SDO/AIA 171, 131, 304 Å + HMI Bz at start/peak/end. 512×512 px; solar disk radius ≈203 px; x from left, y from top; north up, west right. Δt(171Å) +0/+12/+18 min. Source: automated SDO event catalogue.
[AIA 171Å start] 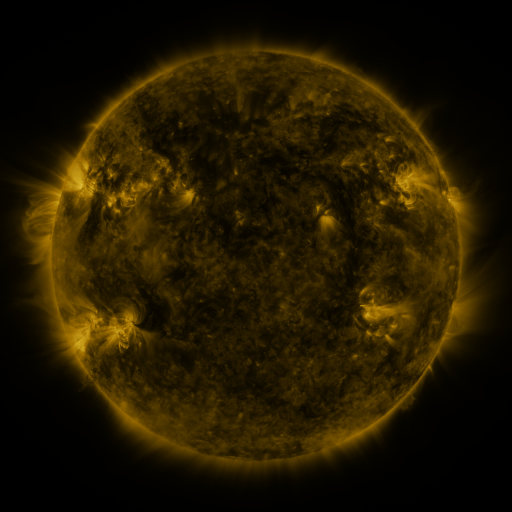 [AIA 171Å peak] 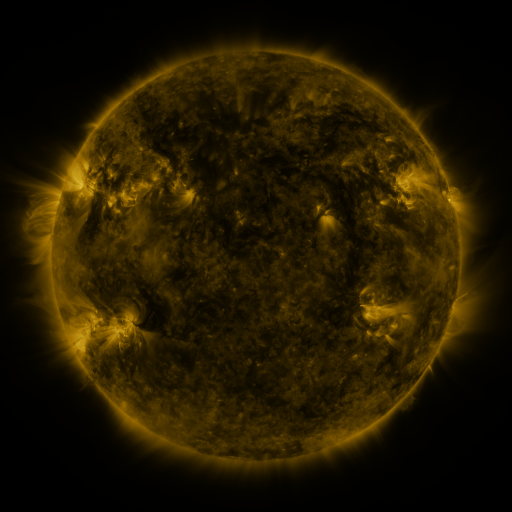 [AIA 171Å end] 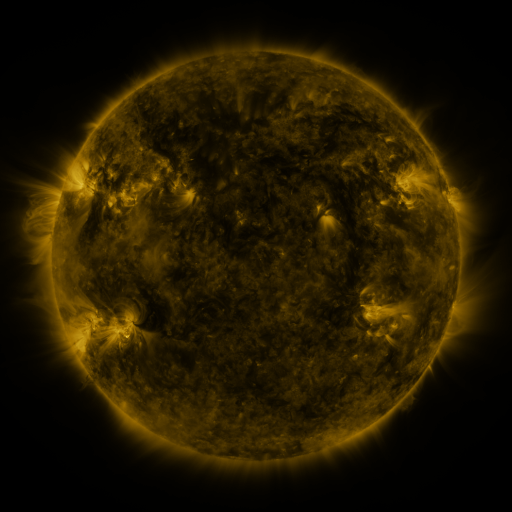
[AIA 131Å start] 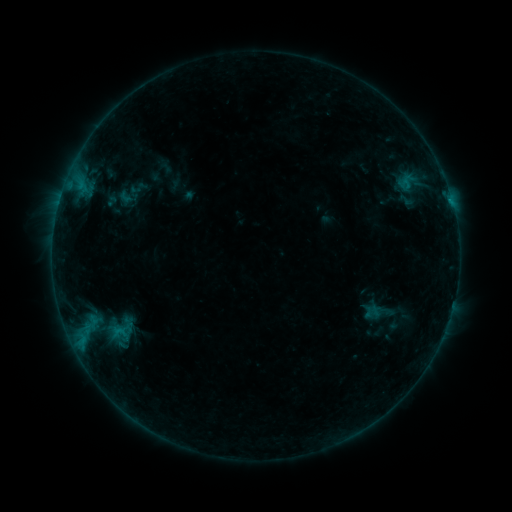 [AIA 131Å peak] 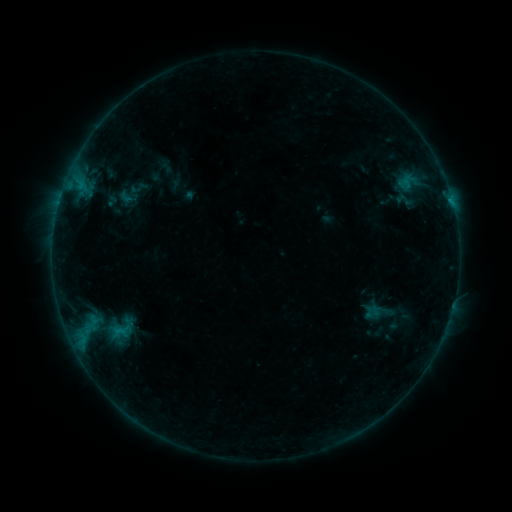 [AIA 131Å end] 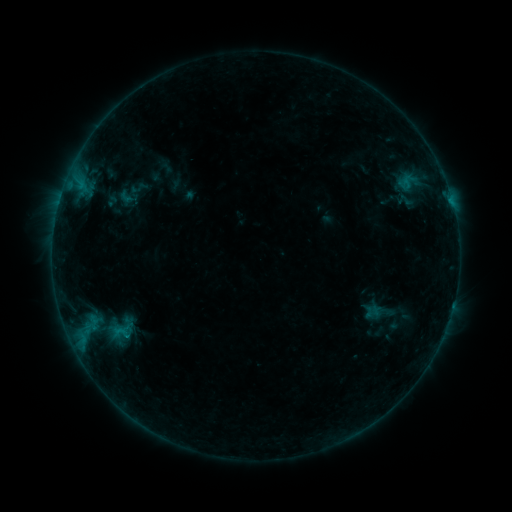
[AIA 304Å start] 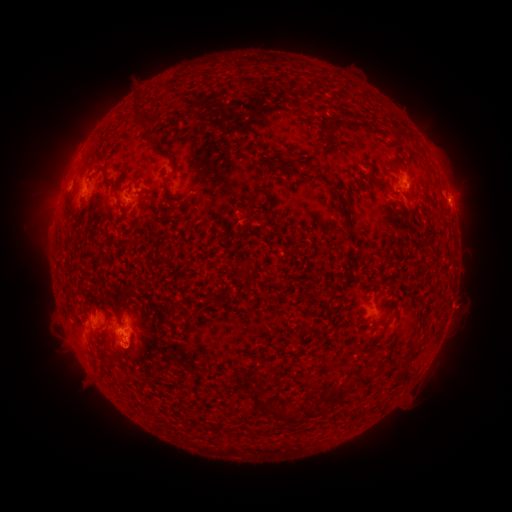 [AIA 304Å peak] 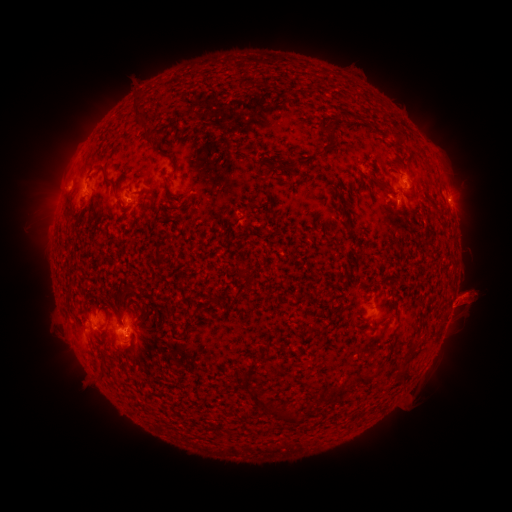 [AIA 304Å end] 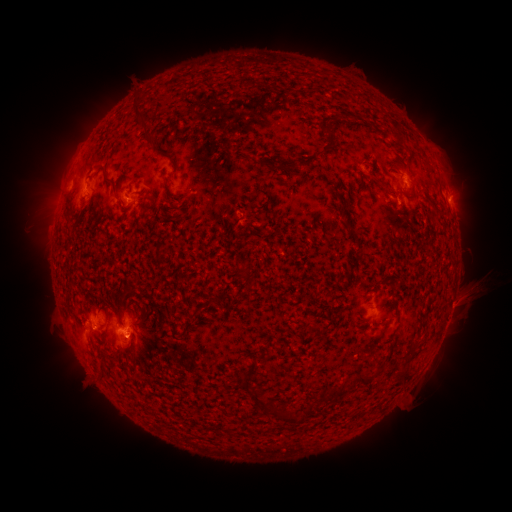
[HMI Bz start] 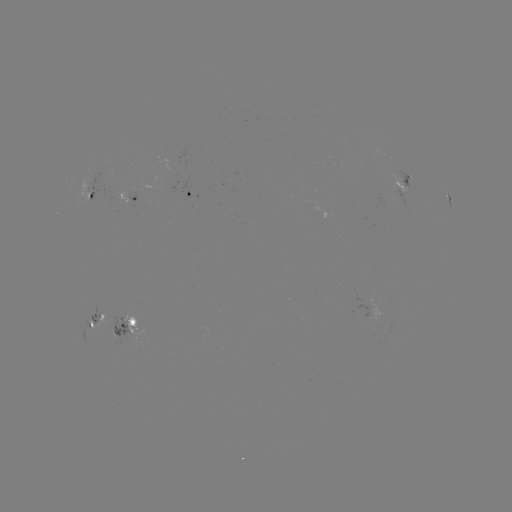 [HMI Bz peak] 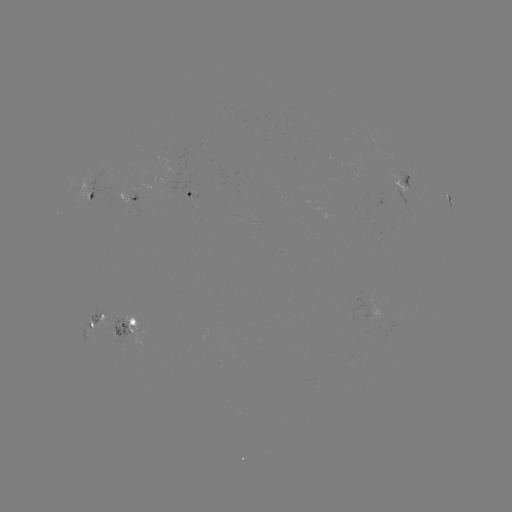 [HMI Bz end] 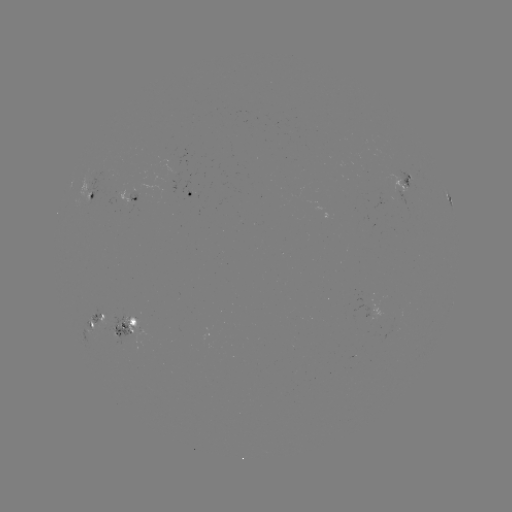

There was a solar eruption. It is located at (472, 293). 